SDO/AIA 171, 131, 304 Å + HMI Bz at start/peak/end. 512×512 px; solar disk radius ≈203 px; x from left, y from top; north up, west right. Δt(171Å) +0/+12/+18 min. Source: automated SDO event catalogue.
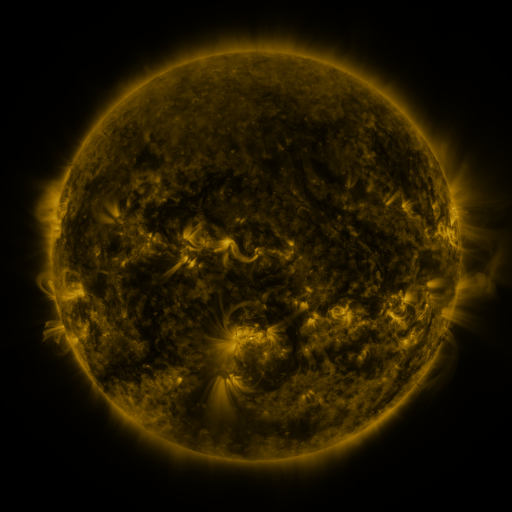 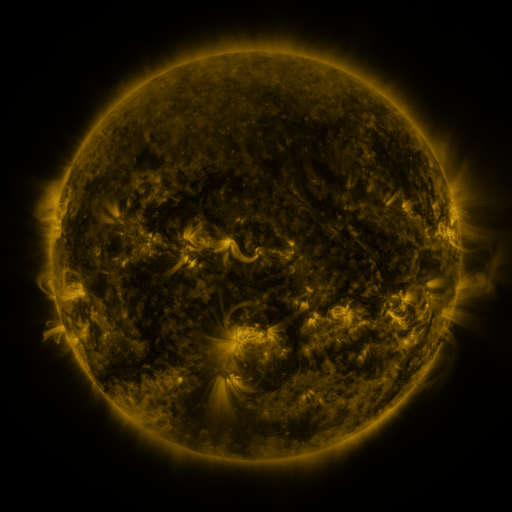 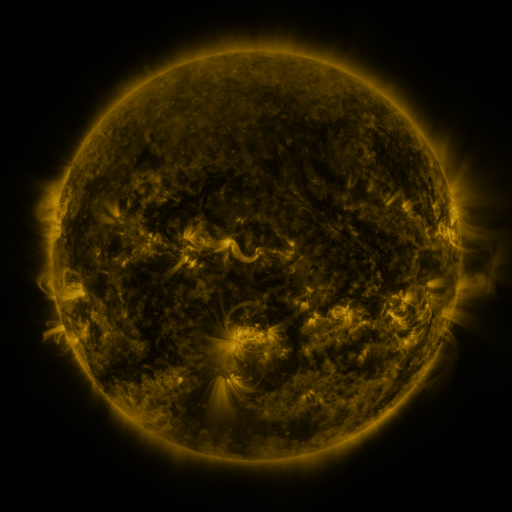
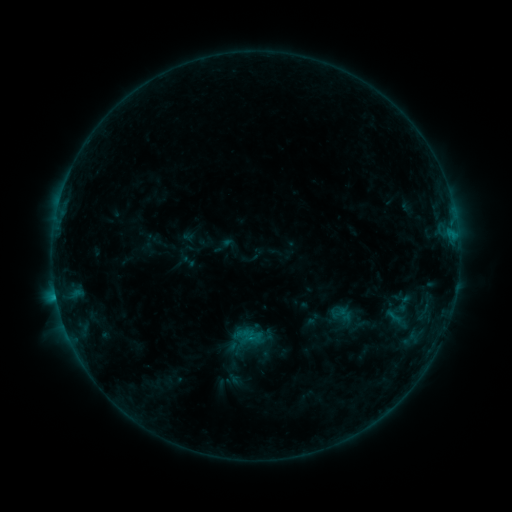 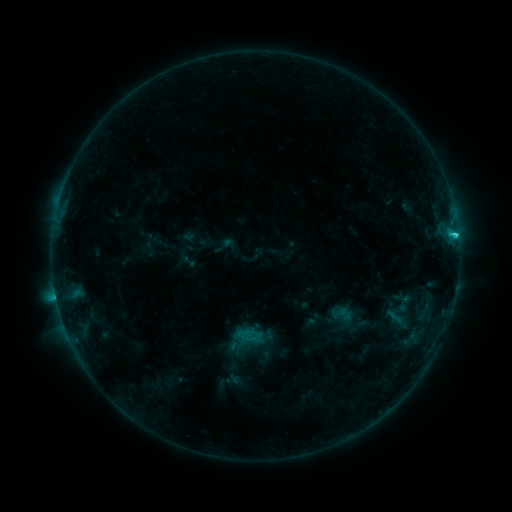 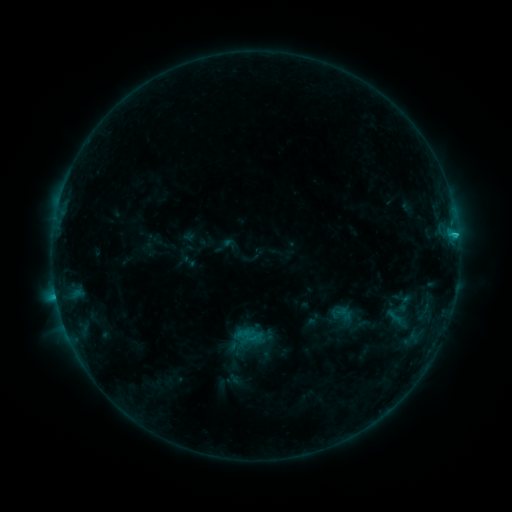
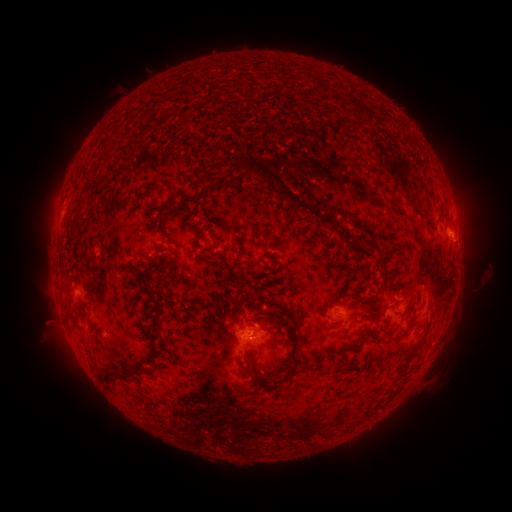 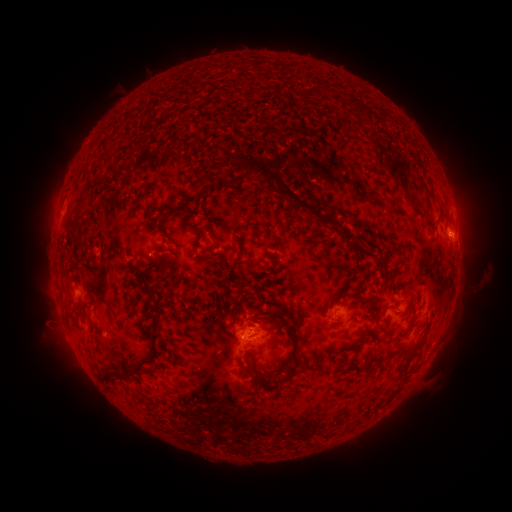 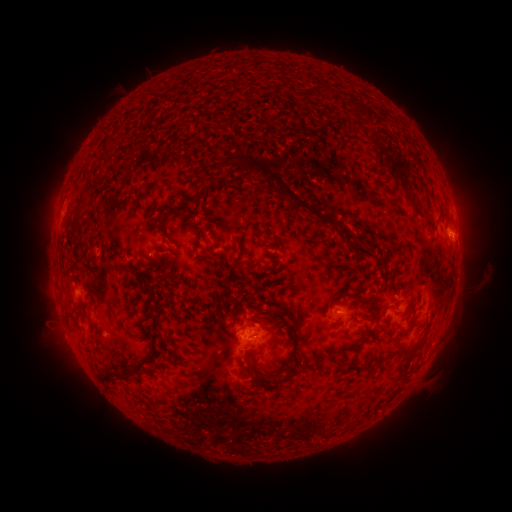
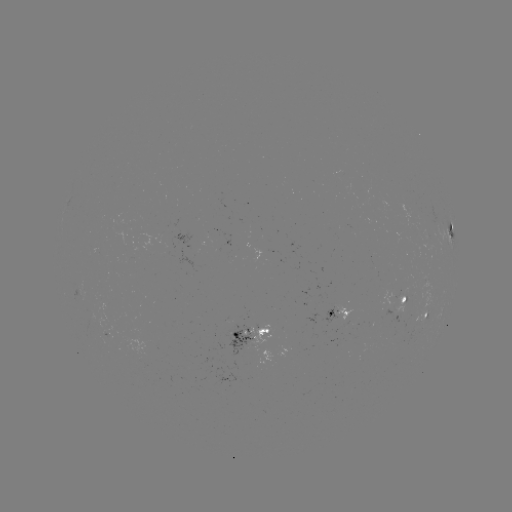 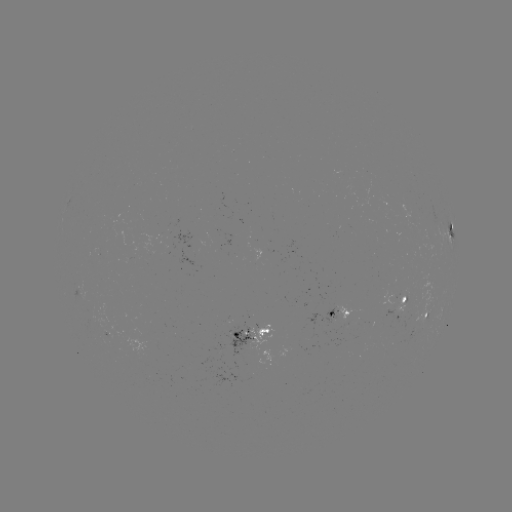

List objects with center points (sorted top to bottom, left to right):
C2.3 flare: (455, 239)
